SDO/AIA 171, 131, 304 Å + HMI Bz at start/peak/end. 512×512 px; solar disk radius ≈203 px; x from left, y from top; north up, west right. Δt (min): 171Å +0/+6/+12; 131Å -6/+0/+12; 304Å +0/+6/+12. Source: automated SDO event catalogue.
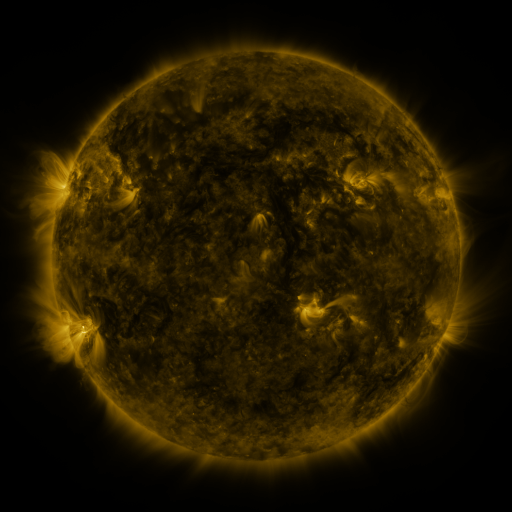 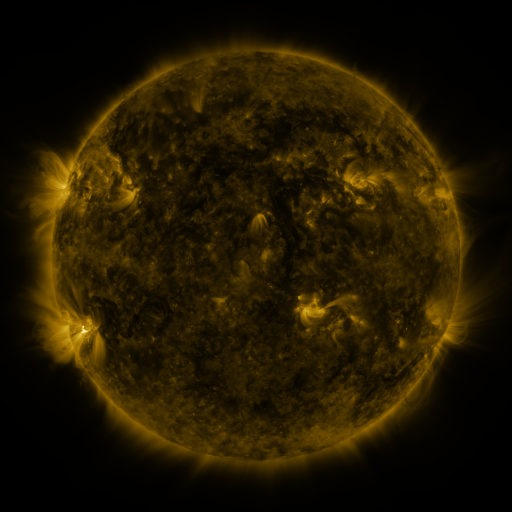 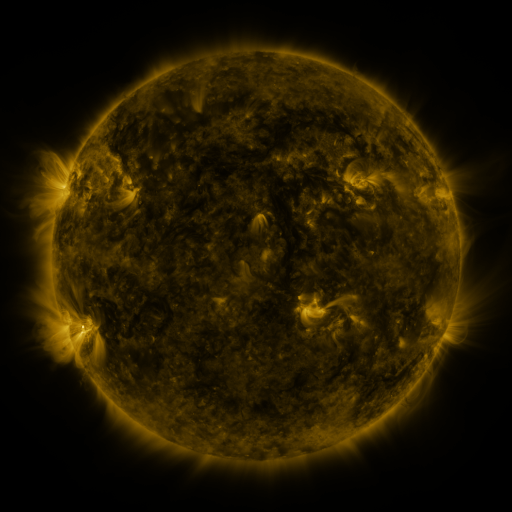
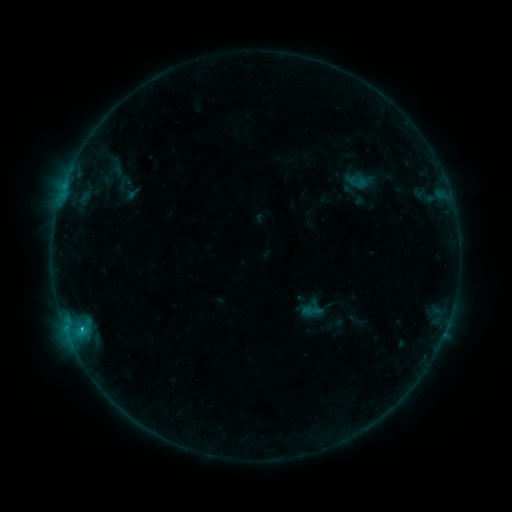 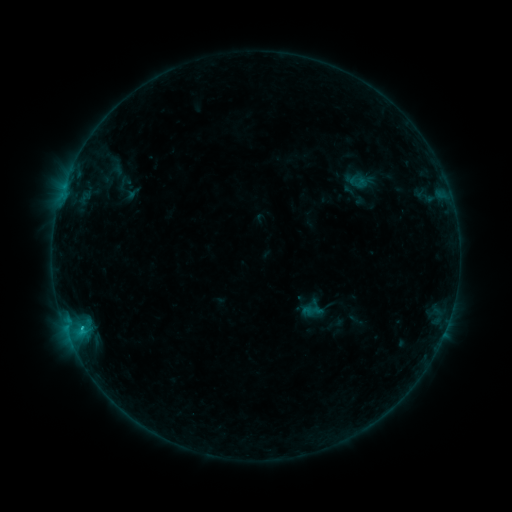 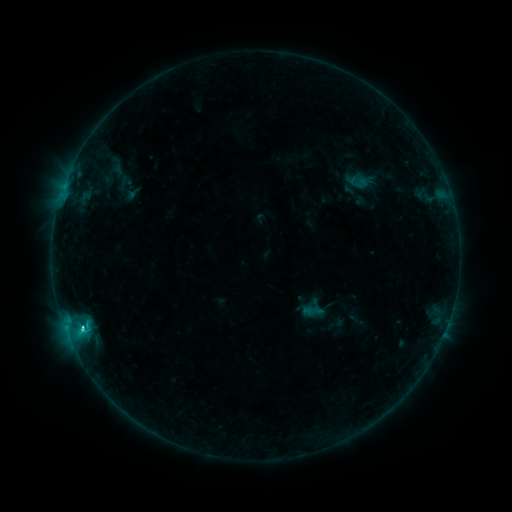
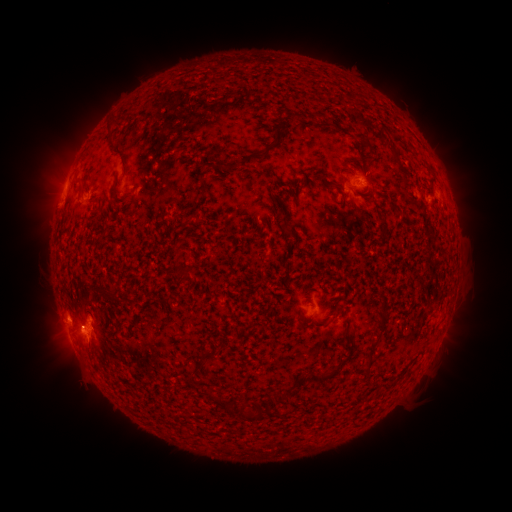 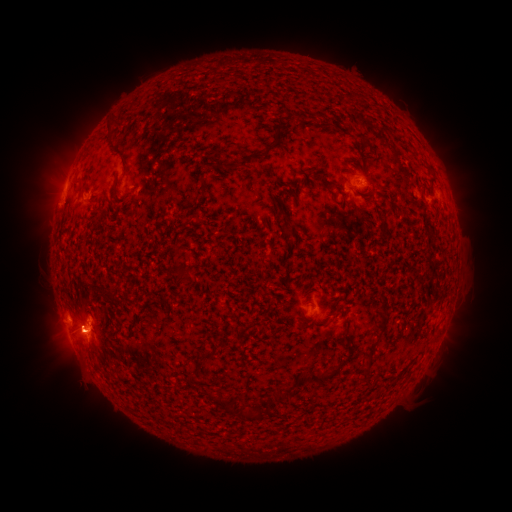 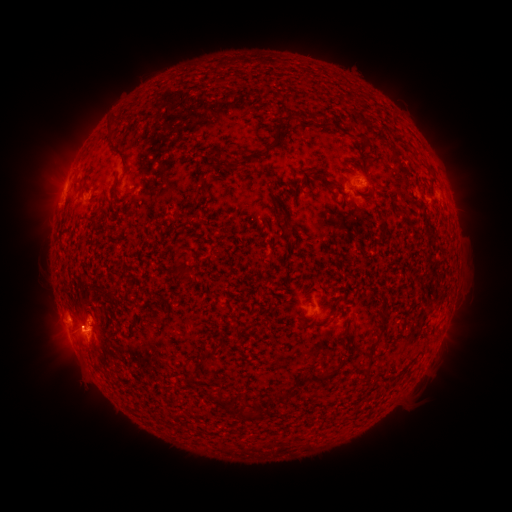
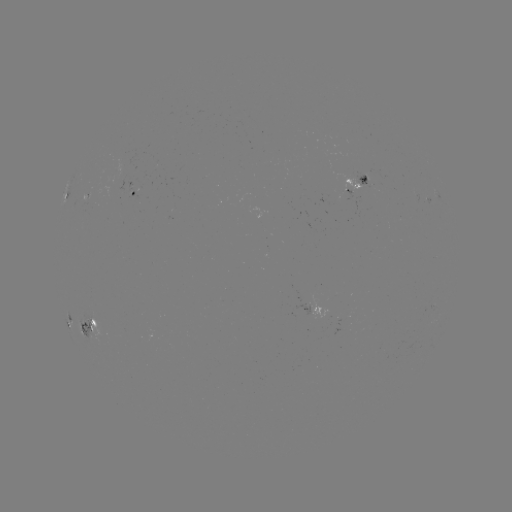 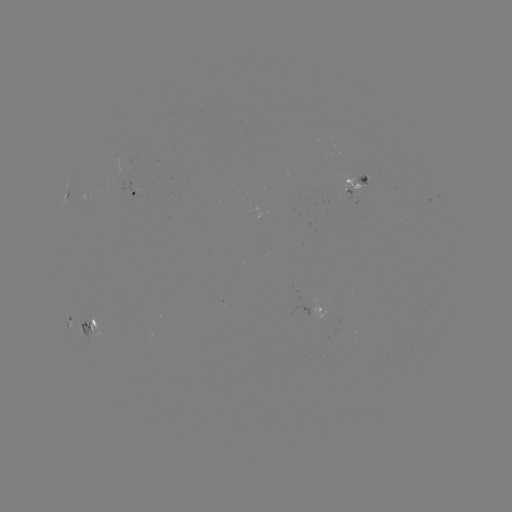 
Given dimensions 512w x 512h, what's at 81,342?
eruption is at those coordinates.